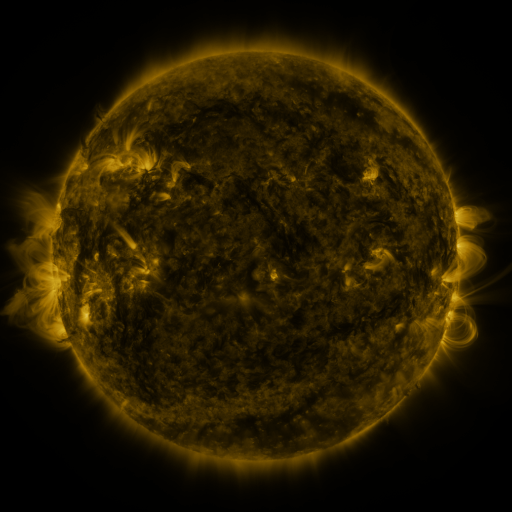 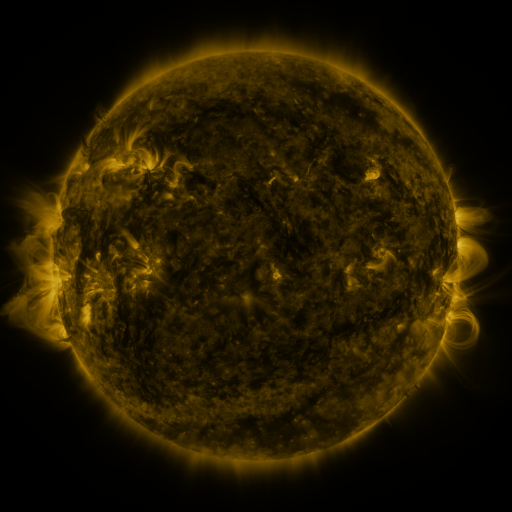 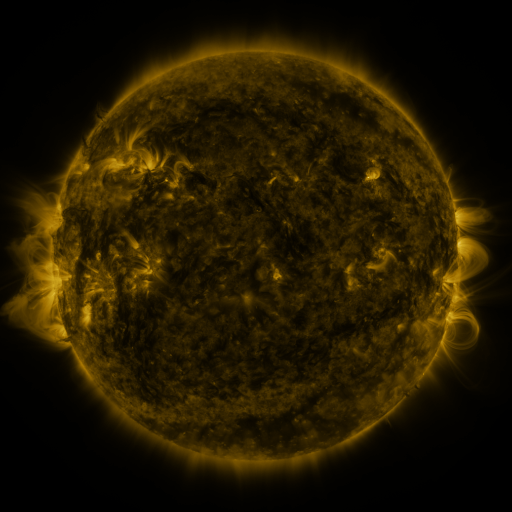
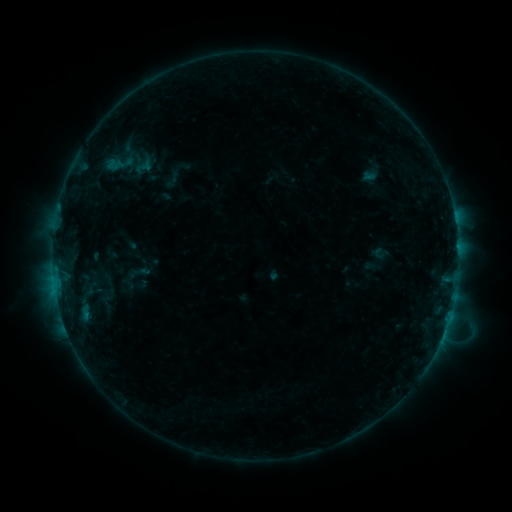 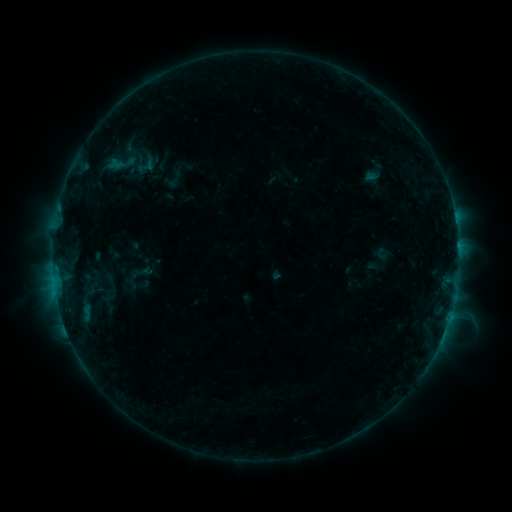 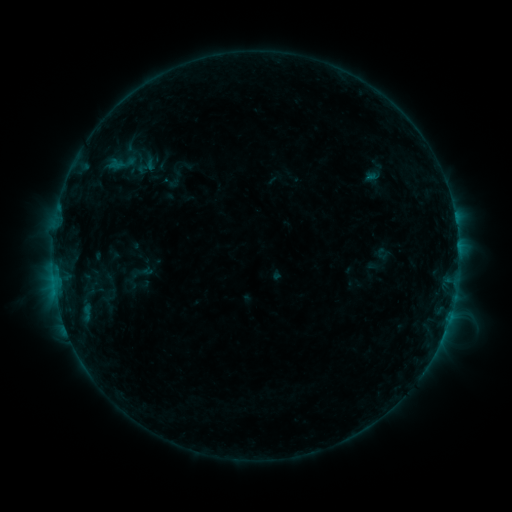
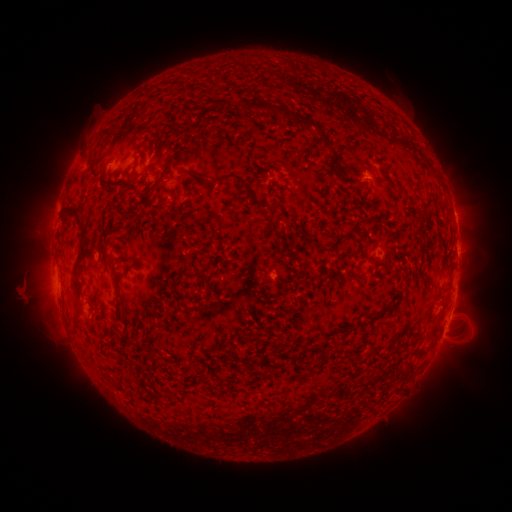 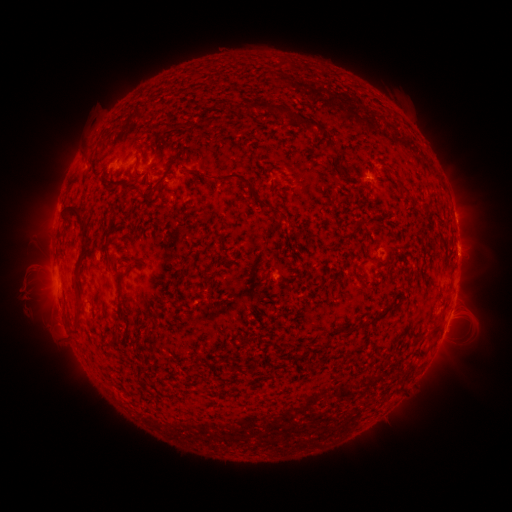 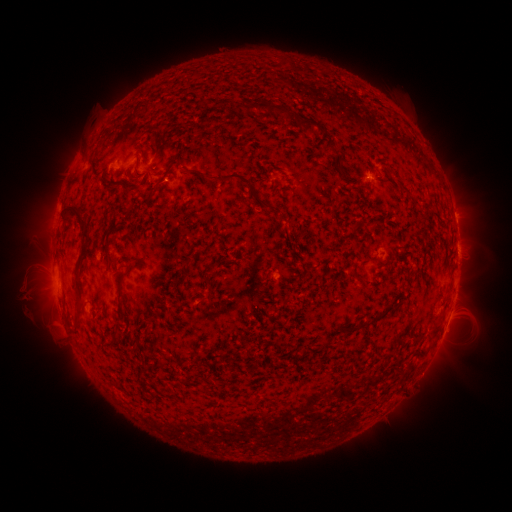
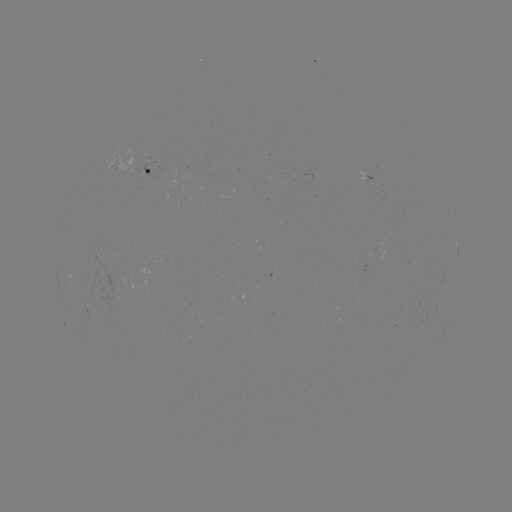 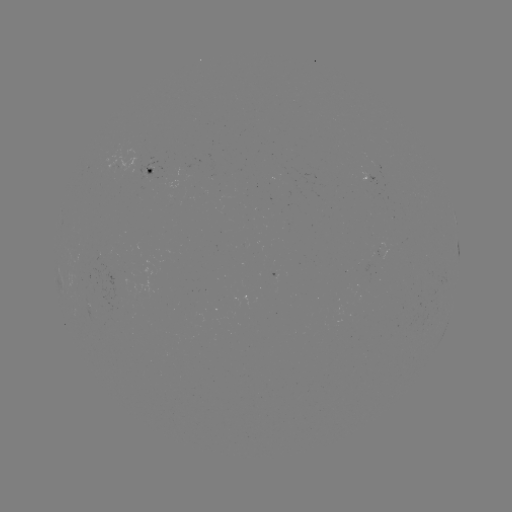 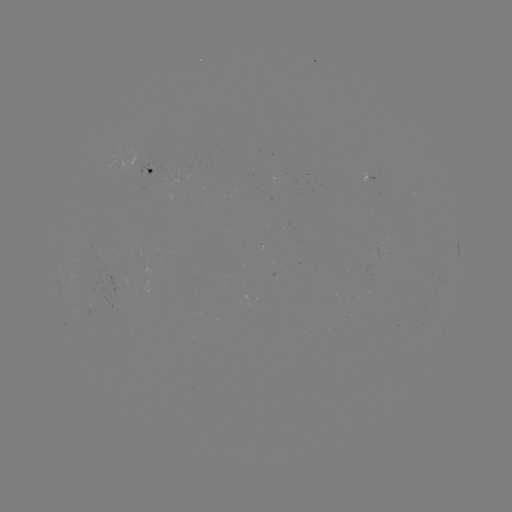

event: emerging-flux region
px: (146, 174)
